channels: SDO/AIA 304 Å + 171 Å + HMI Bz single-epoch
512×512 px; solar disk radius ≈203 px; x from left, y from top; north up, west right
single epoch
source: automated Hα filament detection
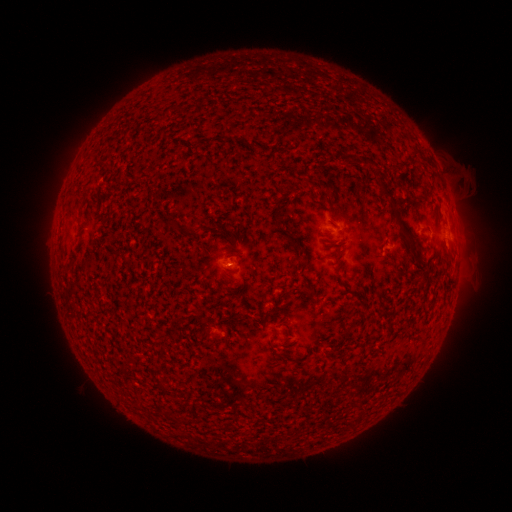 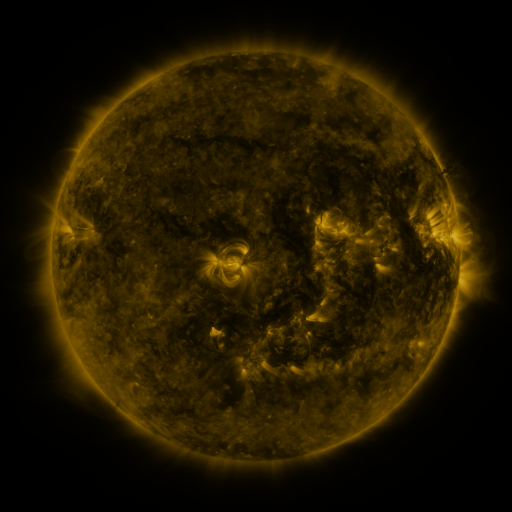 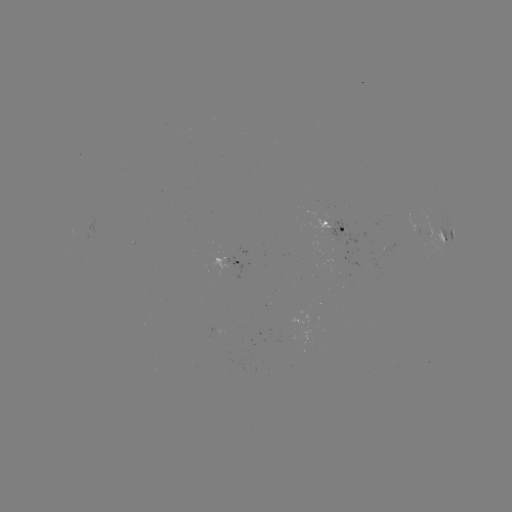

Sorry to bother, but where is filament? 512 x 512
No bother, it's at (388, 192).